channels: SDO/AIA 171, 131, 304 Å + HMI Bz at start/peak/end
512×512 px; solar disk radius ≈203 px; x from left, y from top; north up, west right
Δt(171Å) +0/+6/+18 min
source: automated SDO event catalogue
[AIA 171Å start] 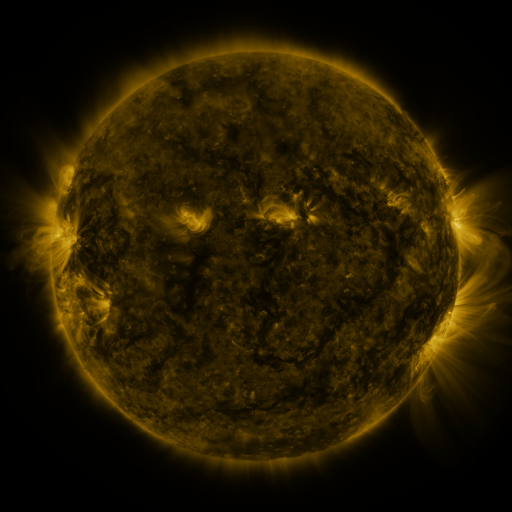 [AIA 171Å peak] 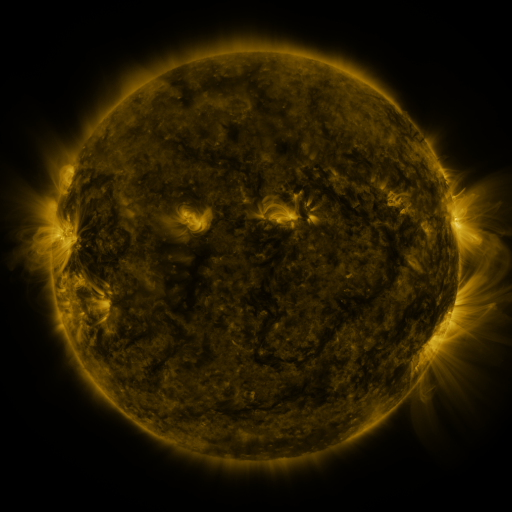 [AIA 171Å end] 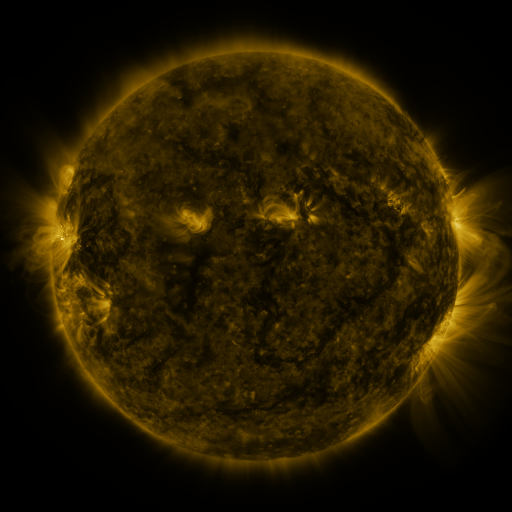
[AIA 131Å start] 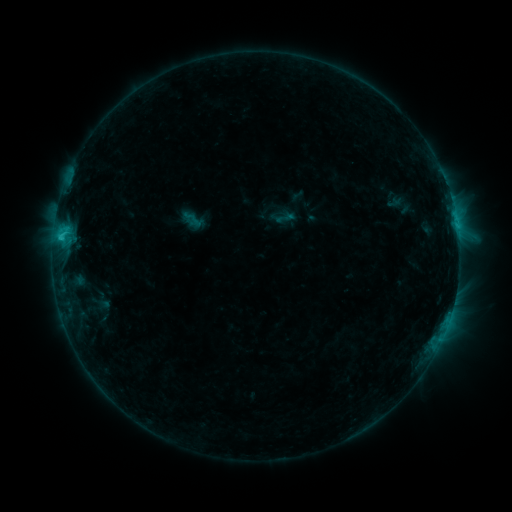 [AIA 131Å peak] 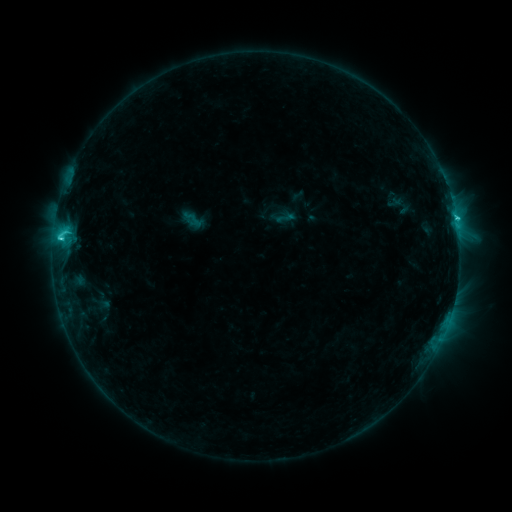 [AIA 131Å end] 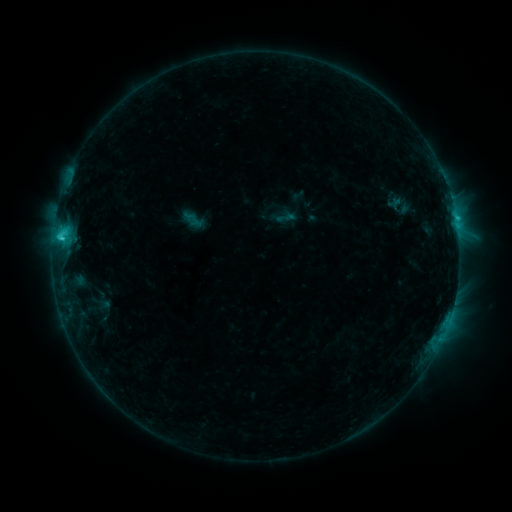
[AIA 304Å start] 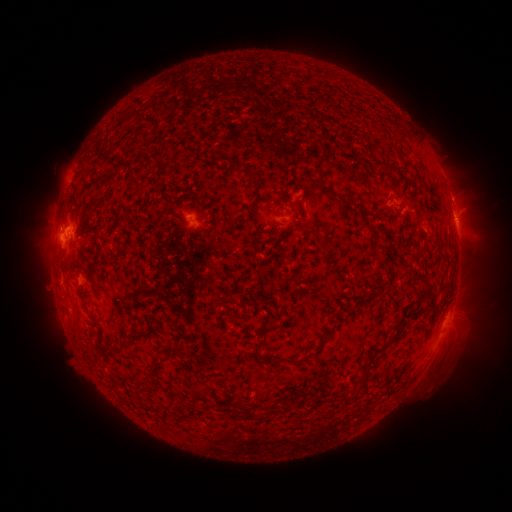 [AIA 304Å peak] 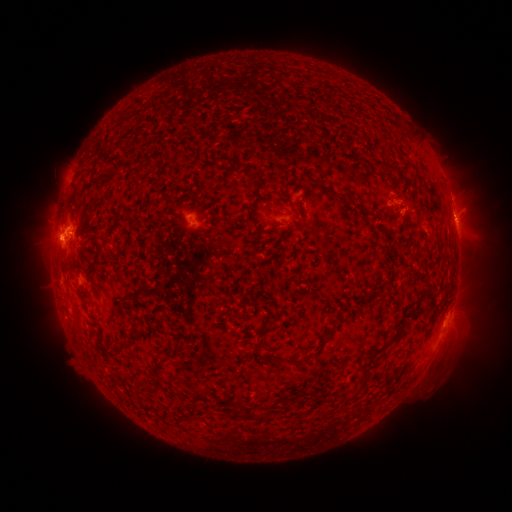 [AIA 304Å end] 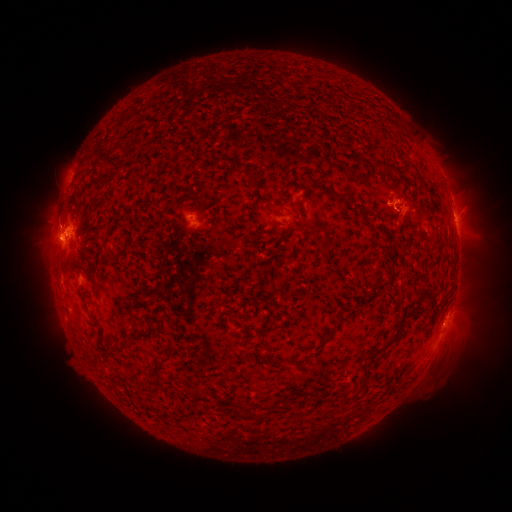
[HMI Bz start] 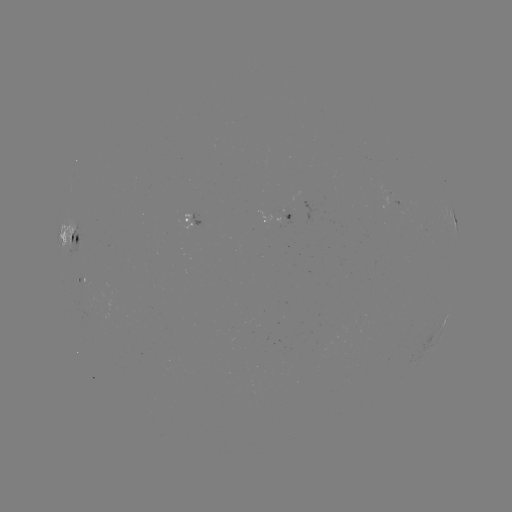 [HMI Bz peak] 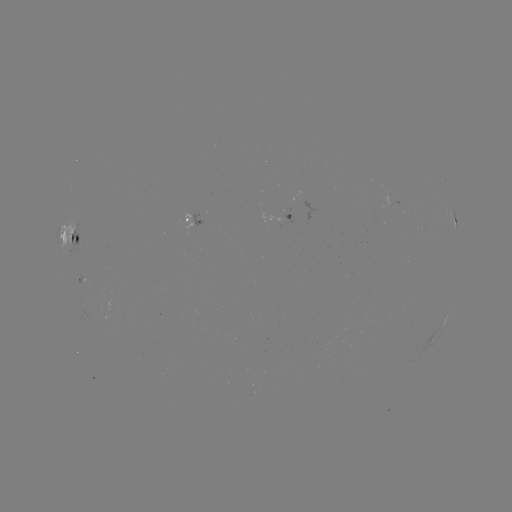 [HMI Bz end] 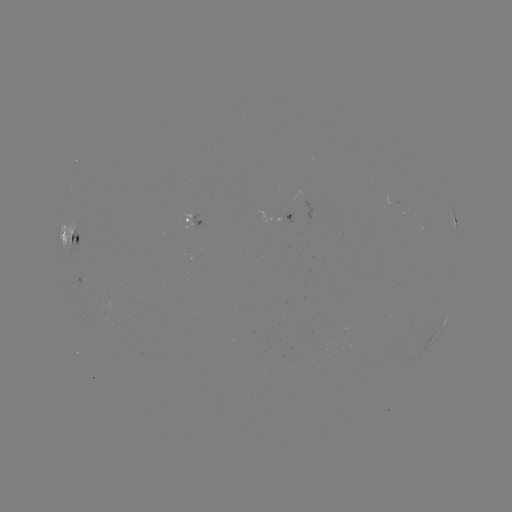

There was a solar flare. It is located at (60, 239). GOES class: C2.8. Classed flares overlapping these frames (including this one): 1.